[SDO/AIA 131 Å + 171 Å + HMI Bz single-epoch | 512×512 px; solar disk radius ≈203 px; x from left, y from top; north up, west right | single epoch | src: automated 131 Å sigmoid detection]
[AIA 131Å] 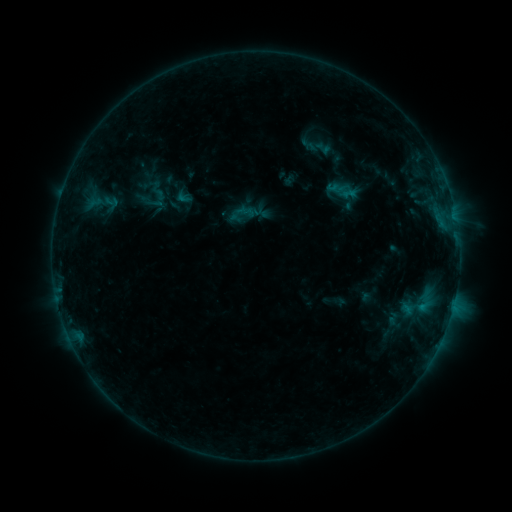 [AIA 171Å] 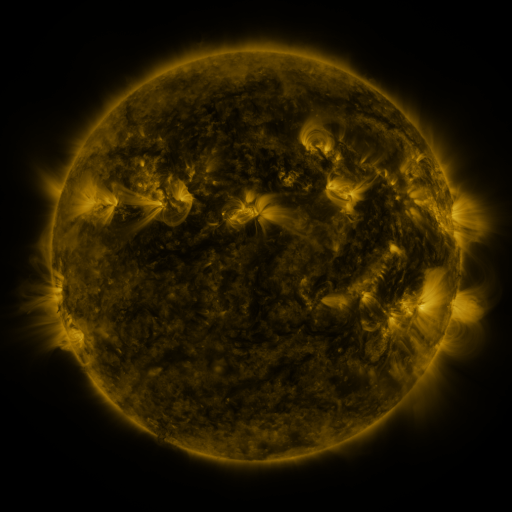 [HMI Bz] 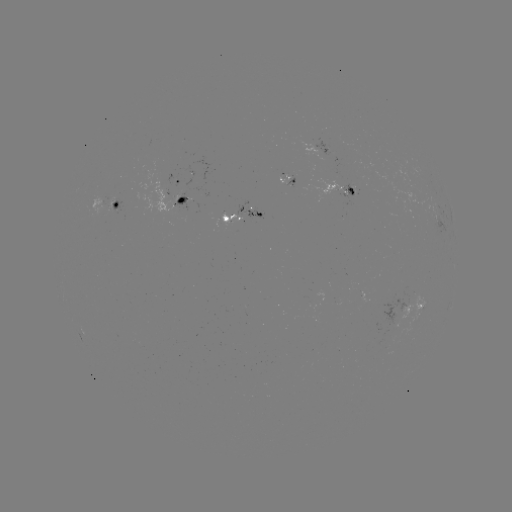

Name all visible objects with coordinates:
sigmoid: (319, 147)
sigmoid: (100, 202)
